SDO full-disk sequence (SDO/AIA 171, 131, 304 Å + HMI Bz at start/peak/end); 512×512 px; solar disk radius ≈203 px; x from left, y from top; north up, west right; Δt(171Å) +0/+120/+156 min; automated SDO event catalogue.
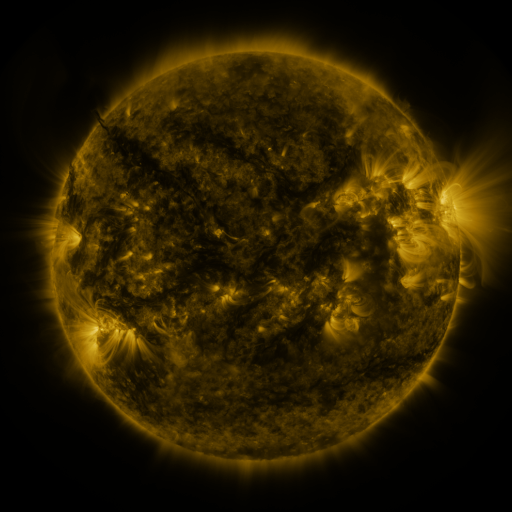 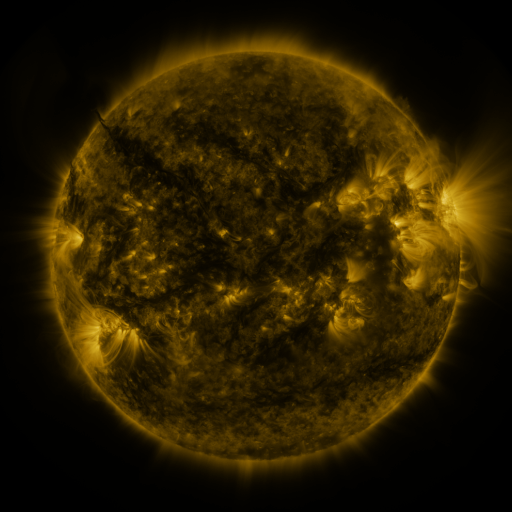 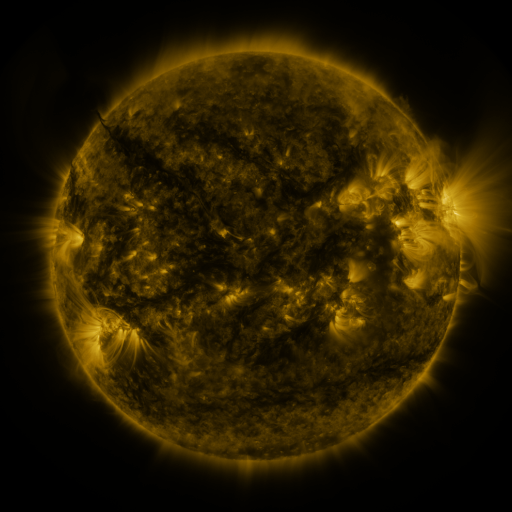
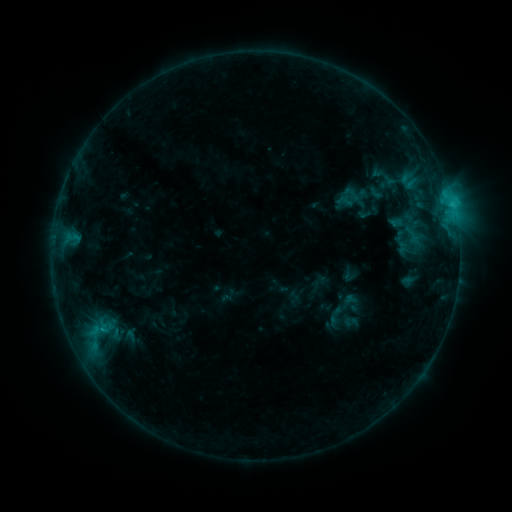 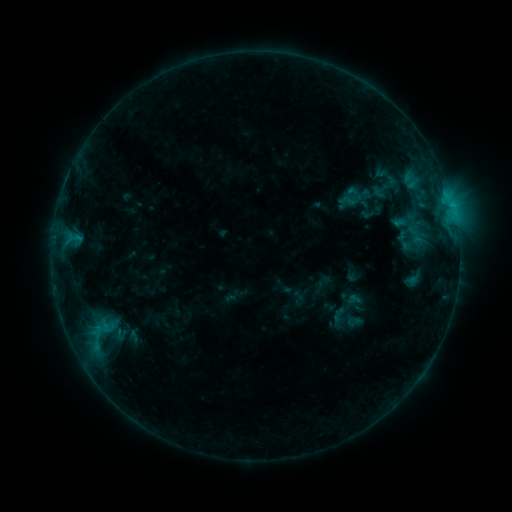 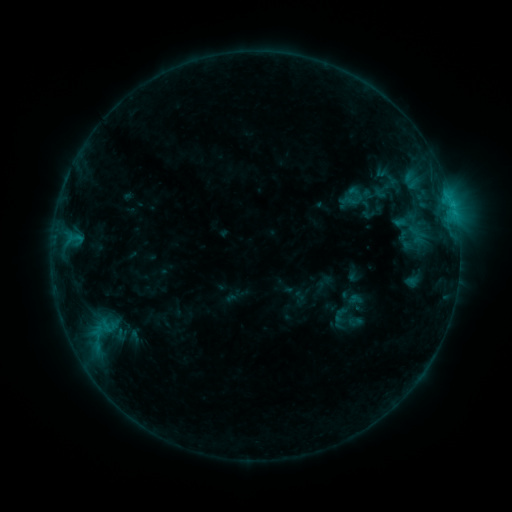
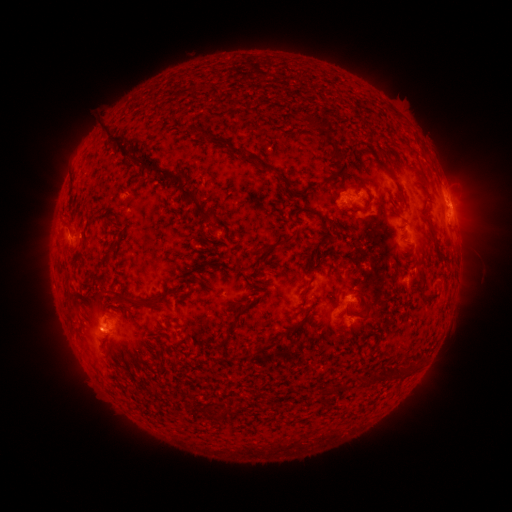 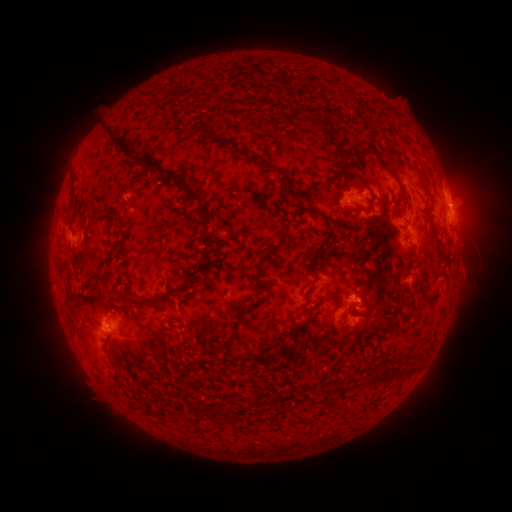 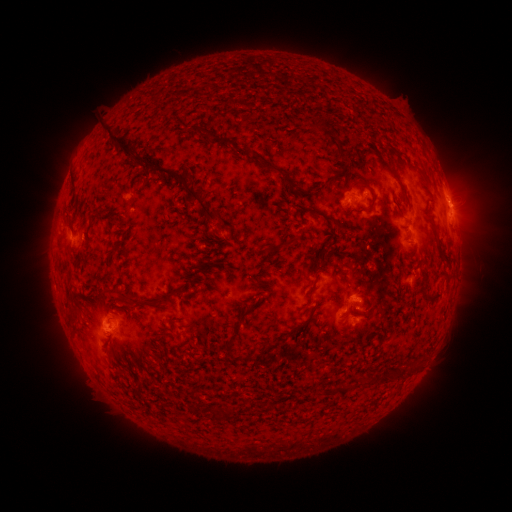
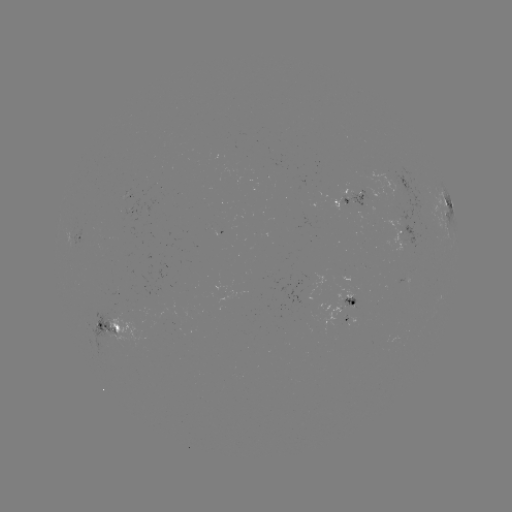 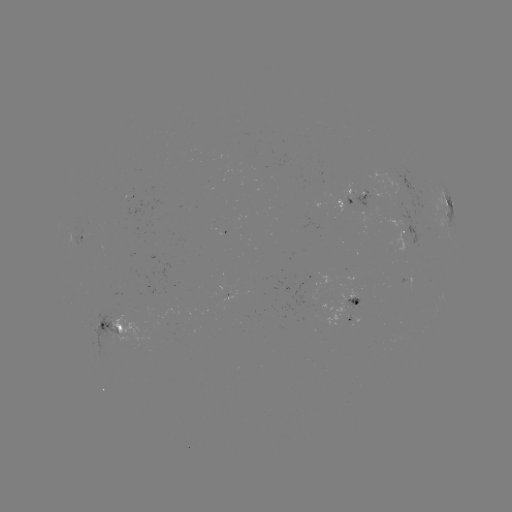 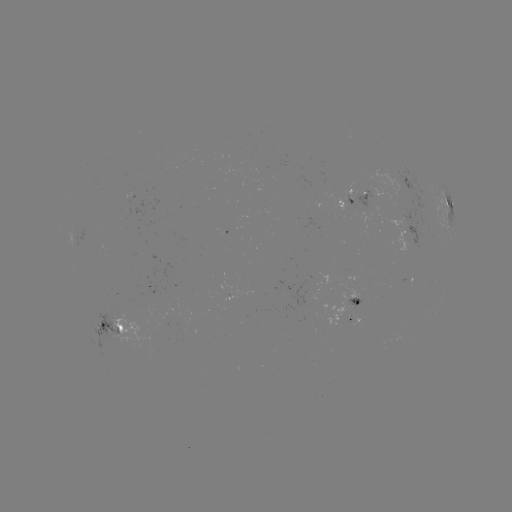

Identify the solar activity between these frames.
emerging-flux region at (108, 332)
